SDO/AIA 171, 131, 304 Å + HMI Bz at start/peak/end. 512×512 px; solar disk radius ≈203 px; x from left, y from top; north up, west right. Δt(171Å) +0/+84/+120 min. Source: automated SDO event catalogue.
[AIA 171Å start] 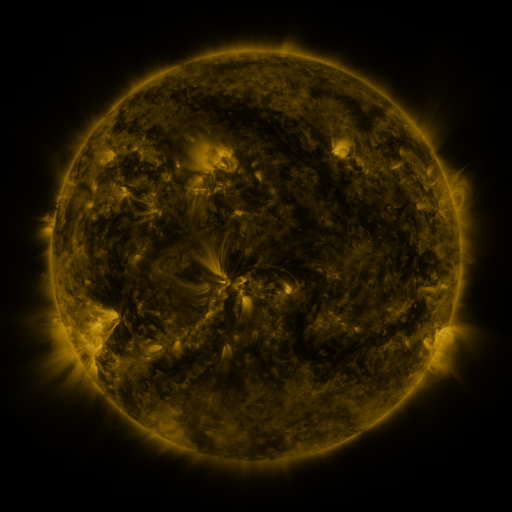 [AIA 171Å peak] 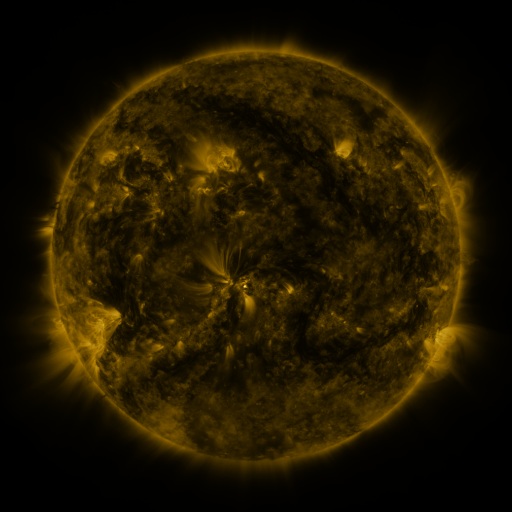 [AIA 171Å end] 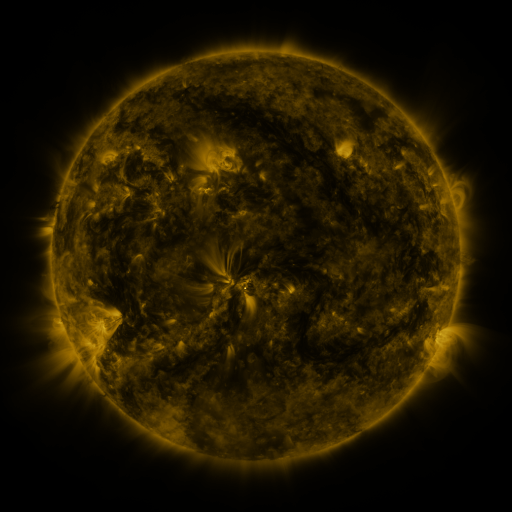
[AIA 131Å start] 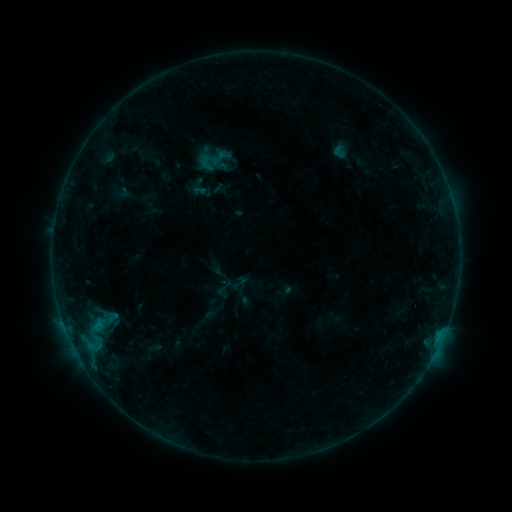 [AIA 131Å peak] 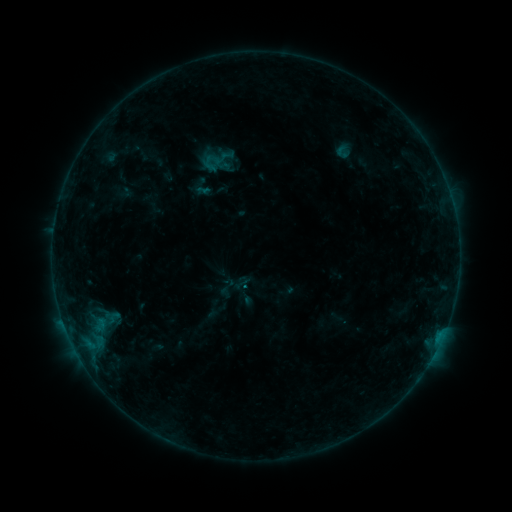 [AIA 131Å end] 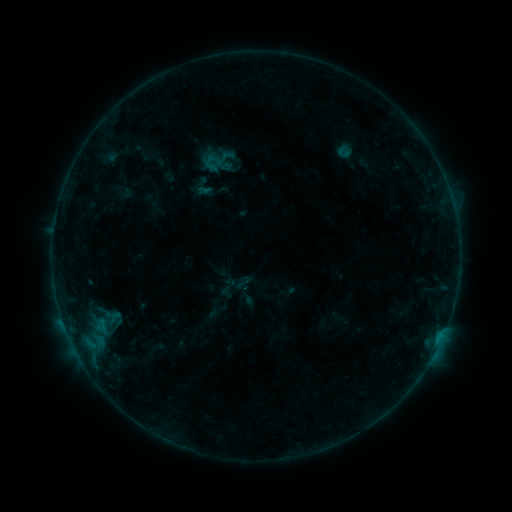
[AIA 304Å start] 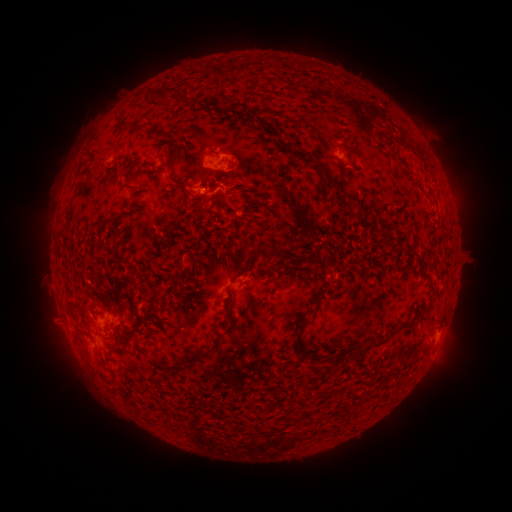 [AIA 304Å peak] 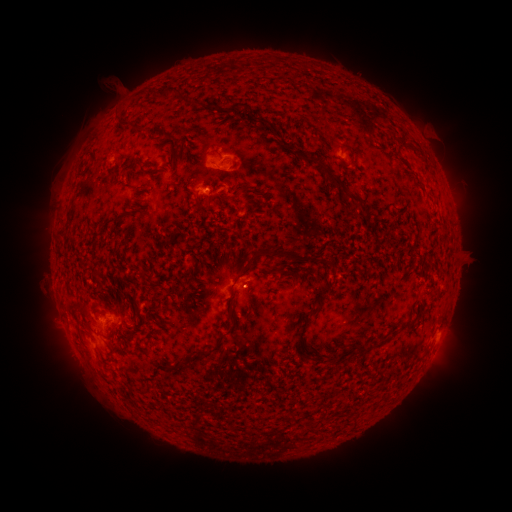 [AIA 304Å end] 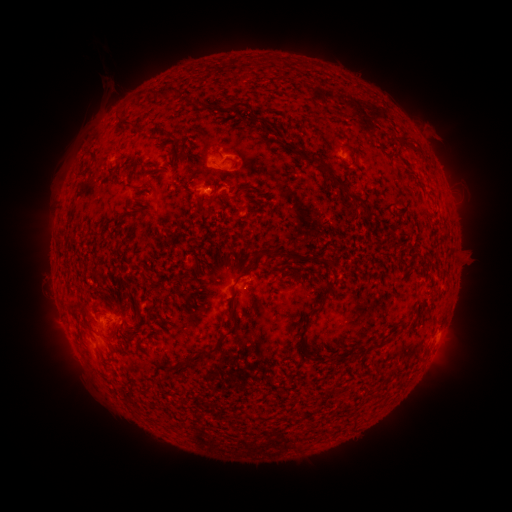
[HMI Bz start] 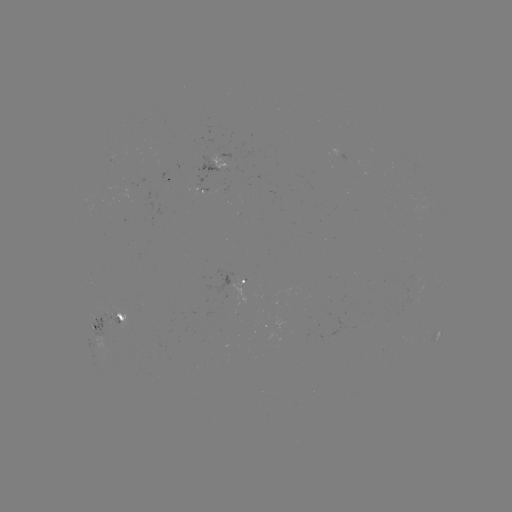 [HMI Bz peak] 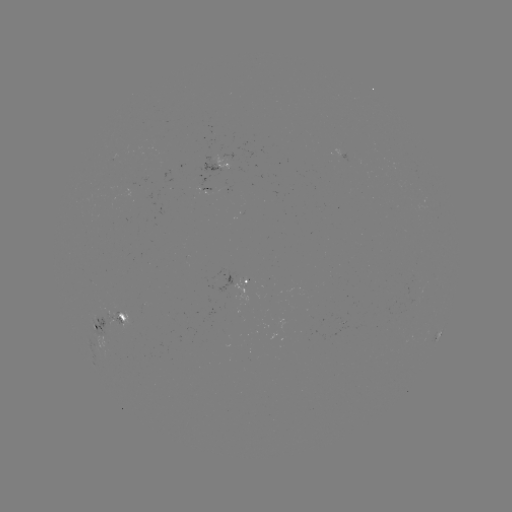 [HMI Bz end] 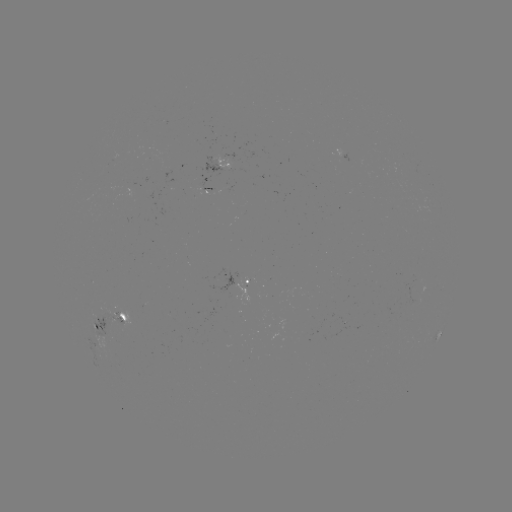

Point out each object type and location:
emerging-flux region: (107, 315)
